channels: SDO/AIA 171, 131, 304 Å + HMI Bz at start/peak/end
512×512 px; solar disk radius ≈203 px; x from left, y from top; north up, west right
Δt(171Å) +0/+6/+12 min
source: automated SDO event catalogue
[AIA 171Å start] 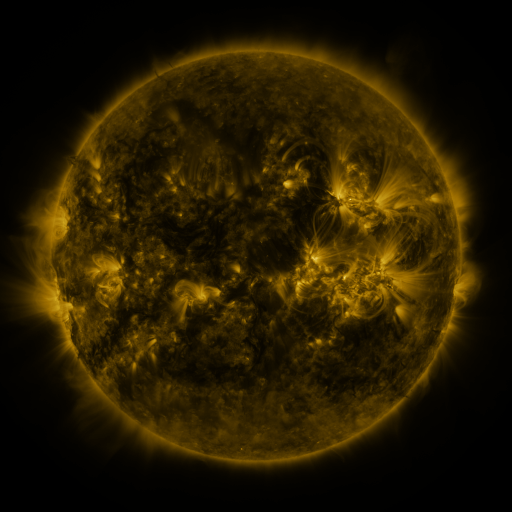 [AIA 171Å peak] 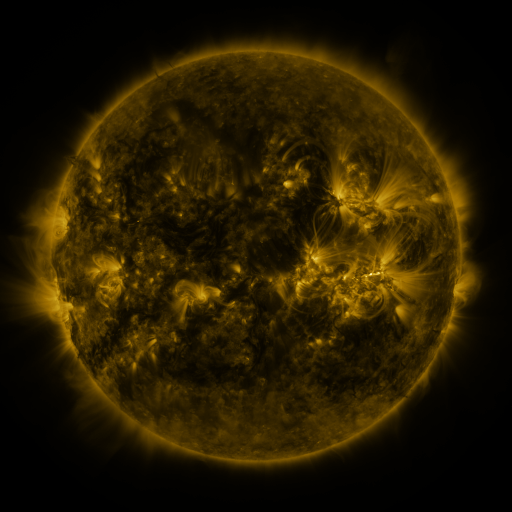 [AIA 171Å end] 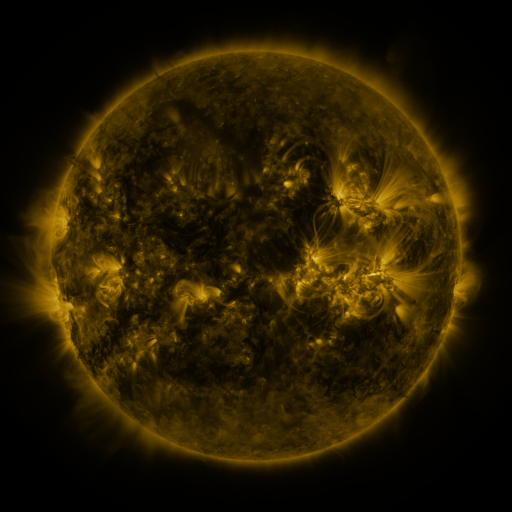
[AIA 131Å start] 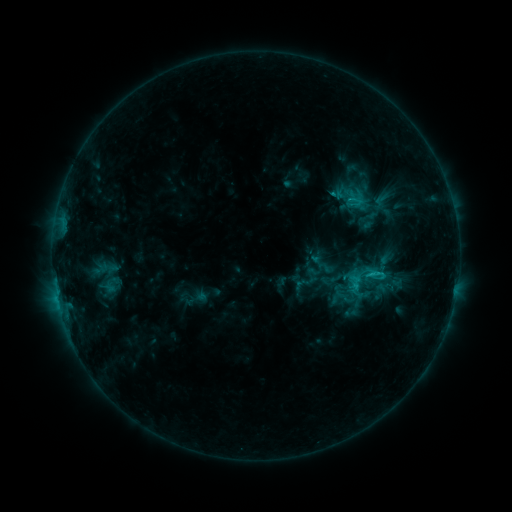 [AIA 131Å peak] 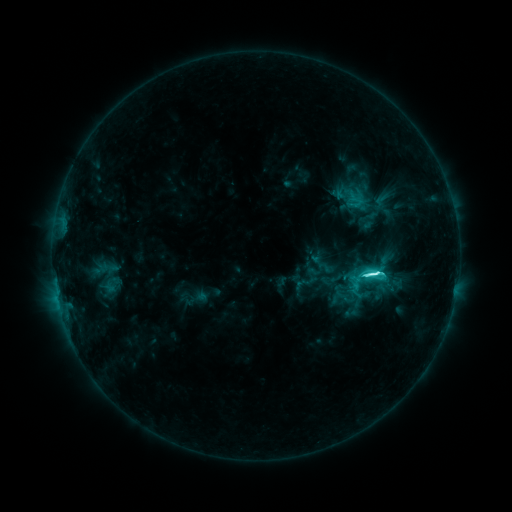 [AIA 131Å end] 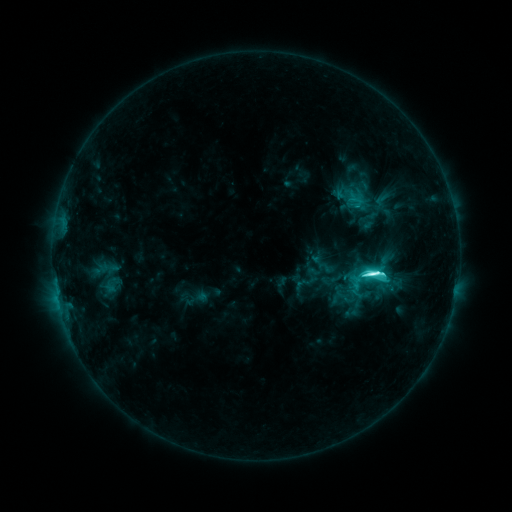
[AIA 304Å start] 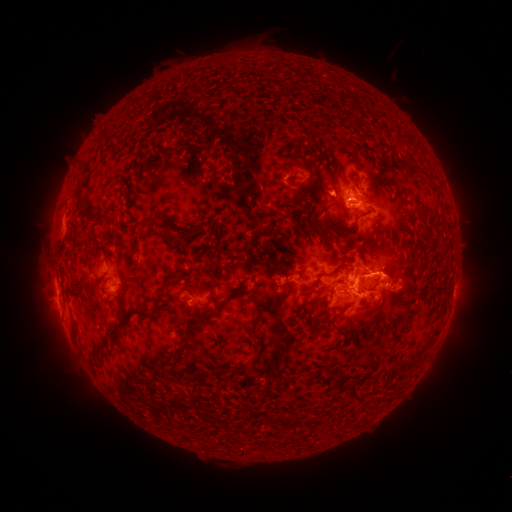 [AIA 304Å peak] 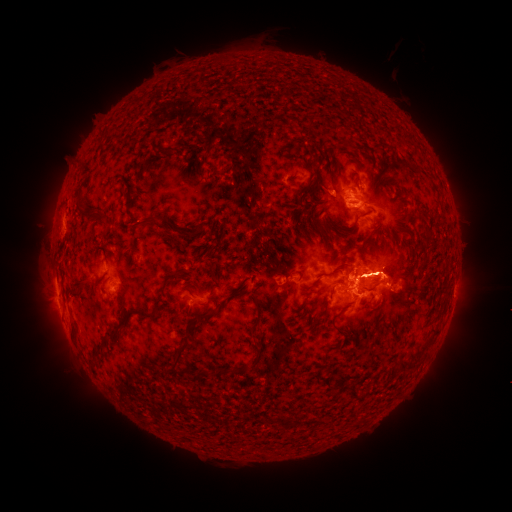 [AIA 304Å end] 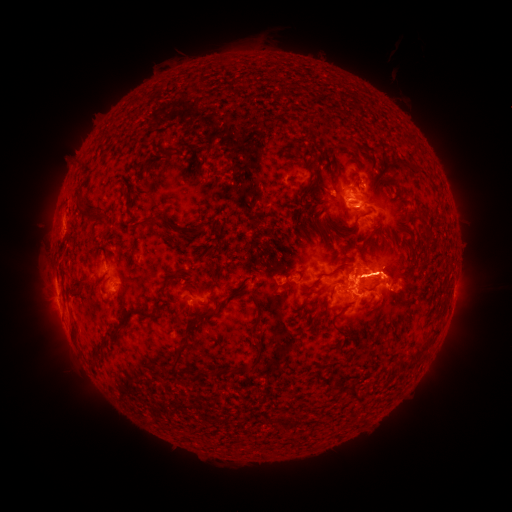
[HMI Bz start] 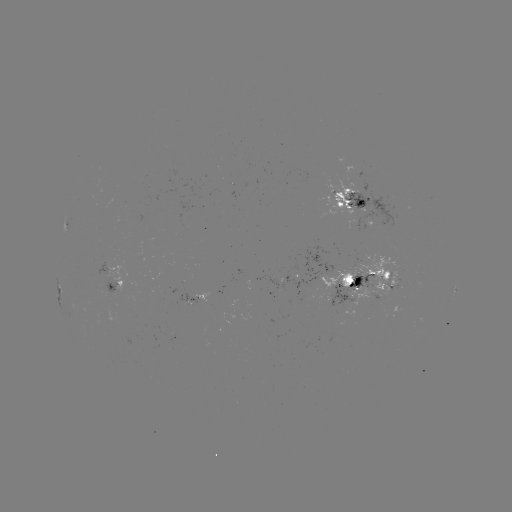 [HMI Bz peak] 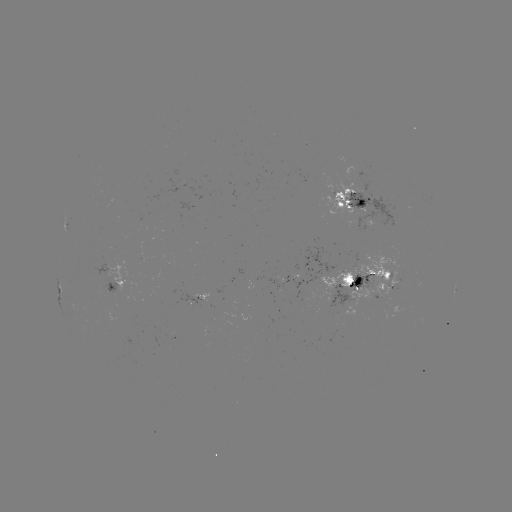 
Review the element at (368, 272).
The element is M1.3 flare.